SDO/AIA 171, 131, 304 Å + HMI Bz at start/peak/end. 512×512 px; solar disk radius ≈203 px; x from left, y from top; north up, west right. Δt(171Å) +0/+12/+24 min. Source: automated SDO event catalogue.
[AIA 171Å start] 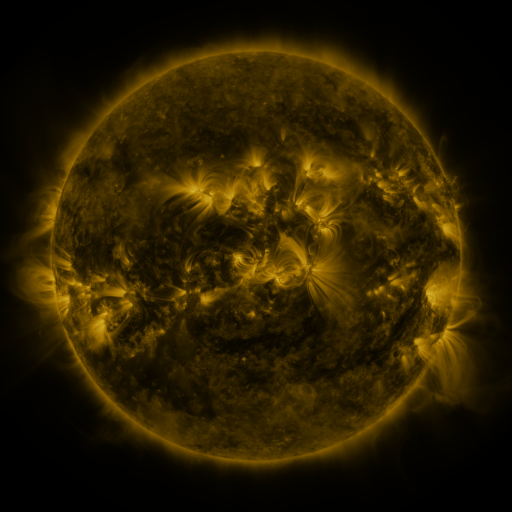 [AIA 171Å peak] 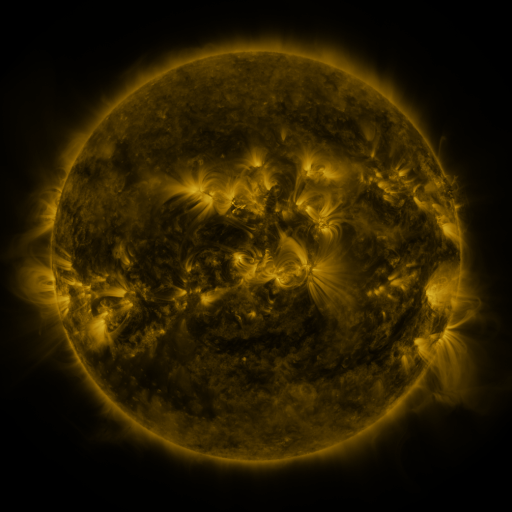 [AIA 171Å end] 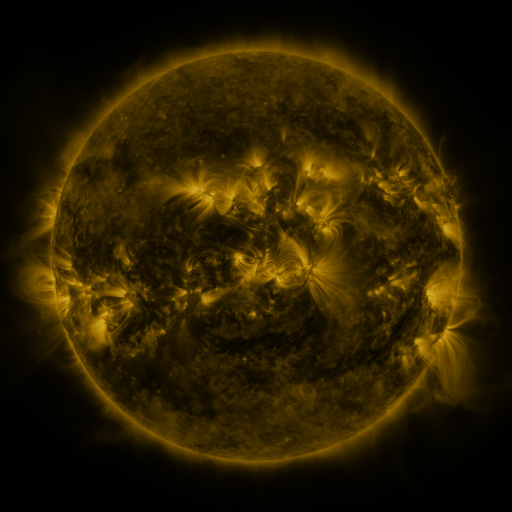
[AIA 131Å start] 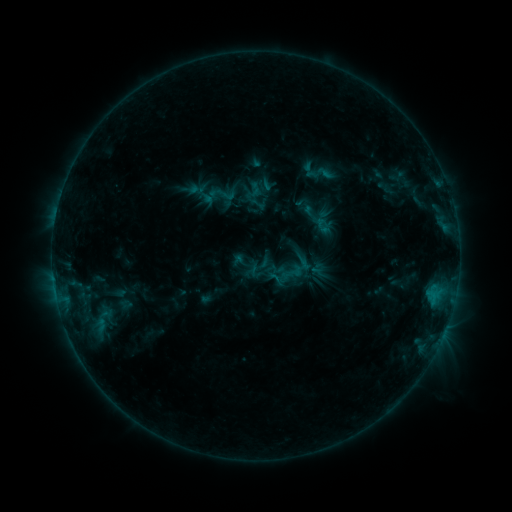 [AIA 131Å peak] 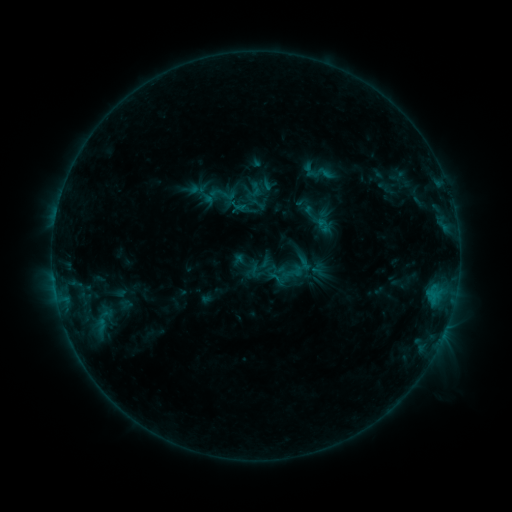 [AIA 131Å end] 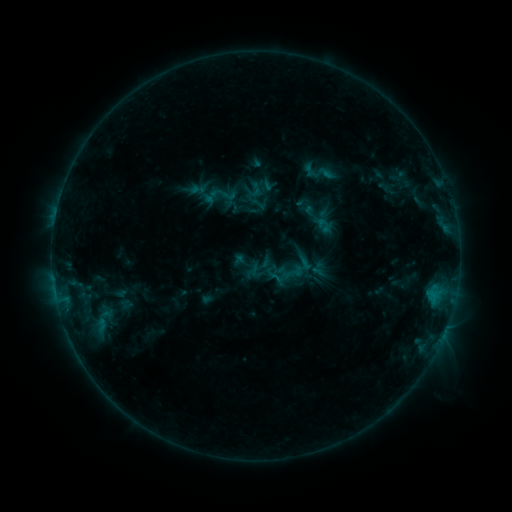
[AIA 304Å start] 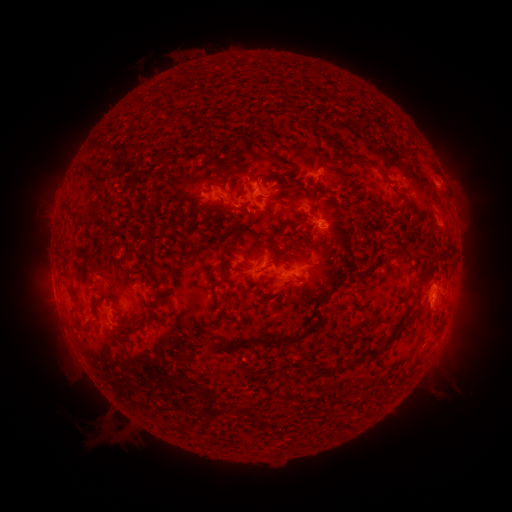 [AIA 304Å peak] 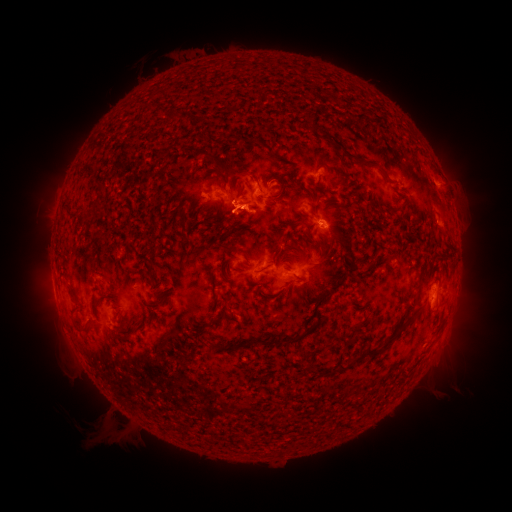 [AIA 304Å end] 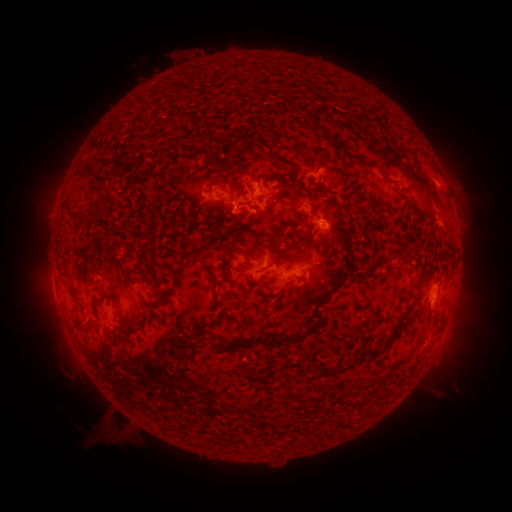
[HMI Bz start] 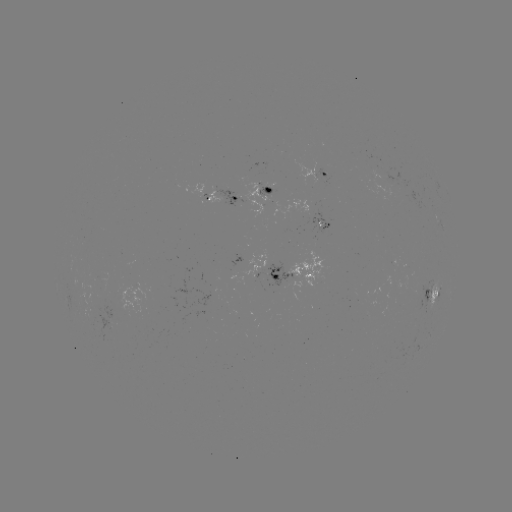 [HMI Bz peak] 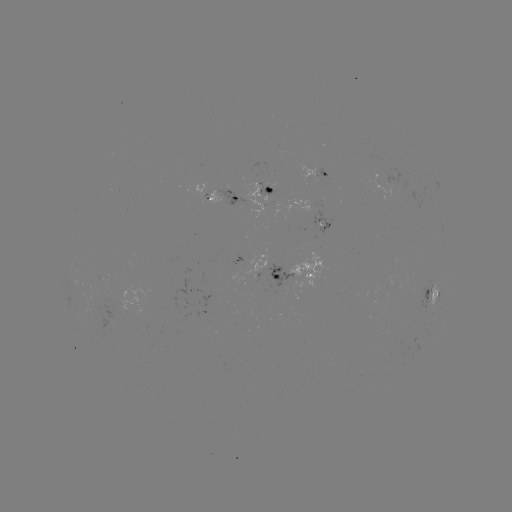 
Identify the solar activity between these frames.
B5.3 flare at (245, 209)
